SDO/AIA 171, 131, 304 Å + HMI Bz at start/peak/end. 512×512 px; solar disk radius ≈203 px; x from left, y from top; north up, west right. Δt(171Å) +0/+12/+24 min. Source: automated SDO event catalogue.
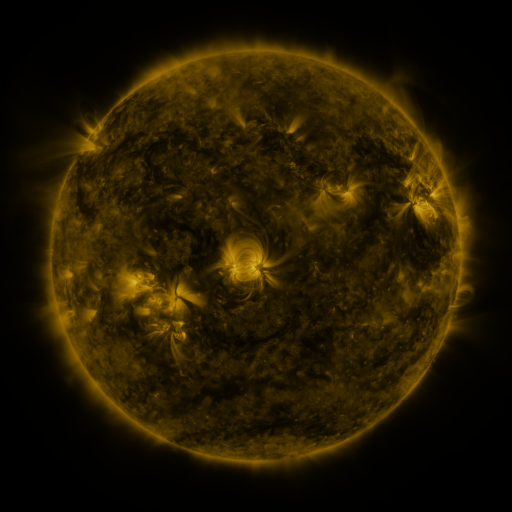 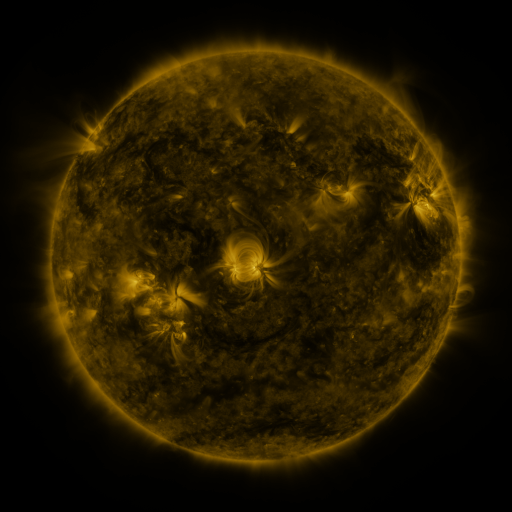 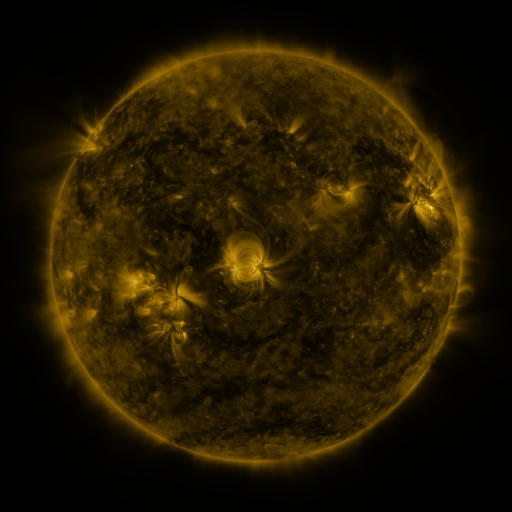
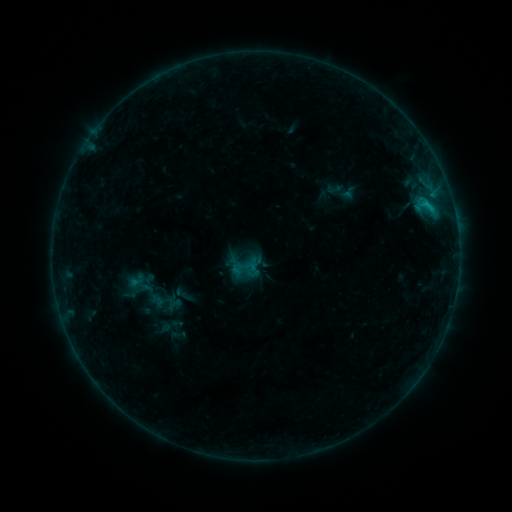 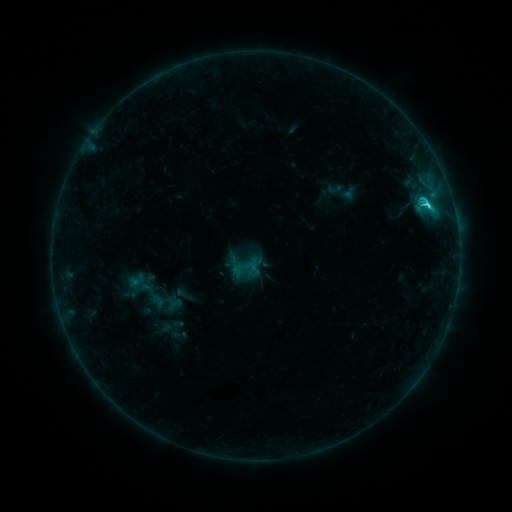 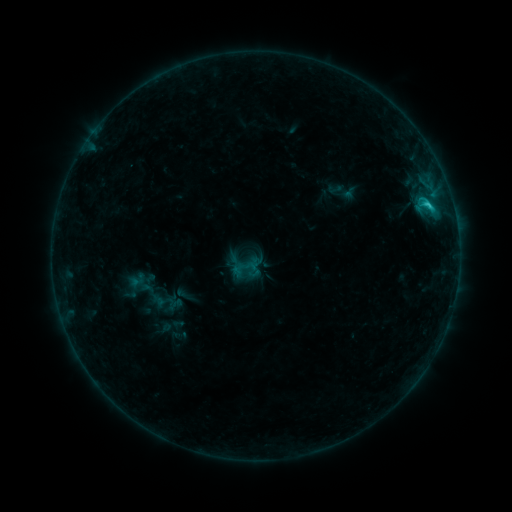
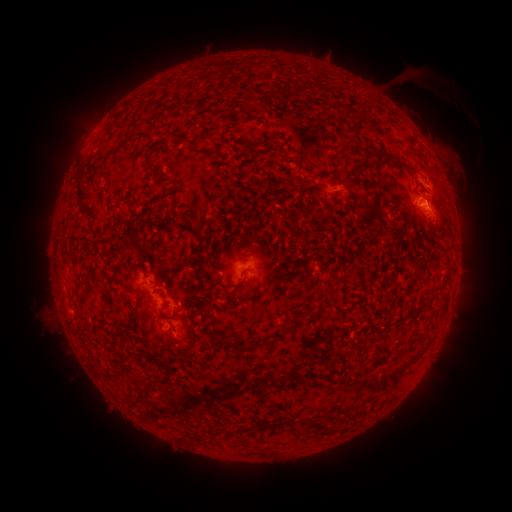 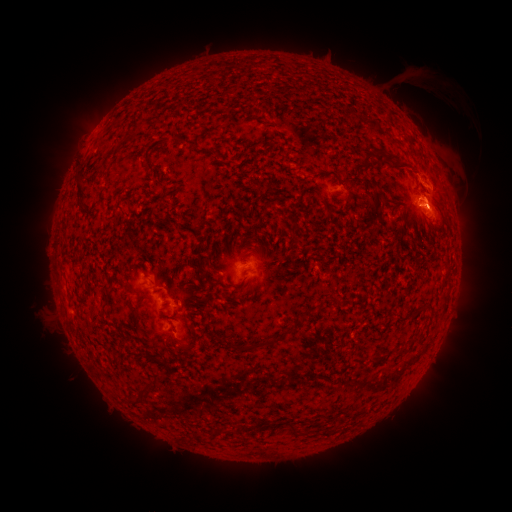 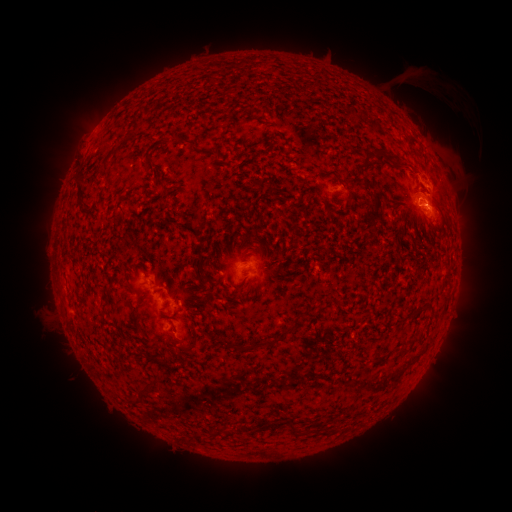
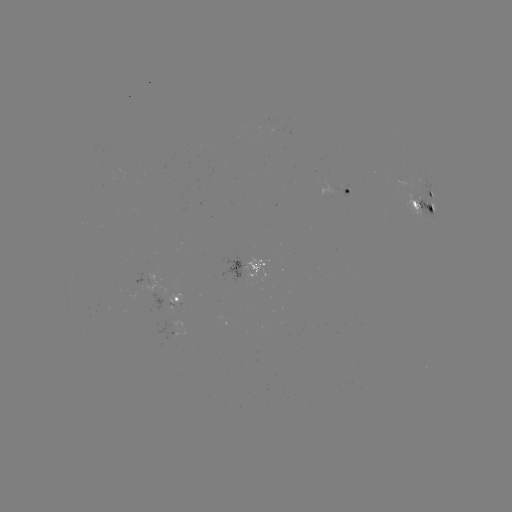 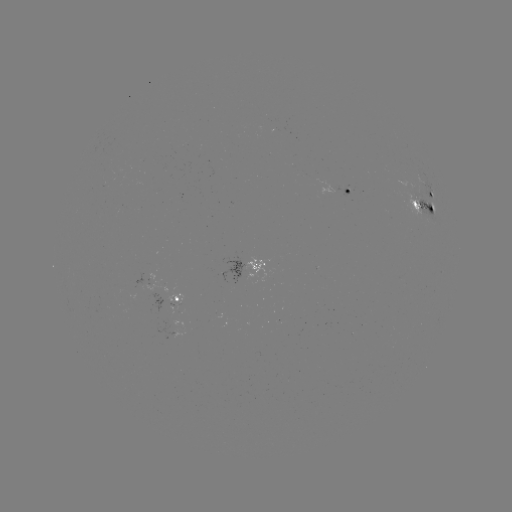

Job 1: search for C2.5 flare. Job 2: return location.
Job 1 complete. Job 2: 426,207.